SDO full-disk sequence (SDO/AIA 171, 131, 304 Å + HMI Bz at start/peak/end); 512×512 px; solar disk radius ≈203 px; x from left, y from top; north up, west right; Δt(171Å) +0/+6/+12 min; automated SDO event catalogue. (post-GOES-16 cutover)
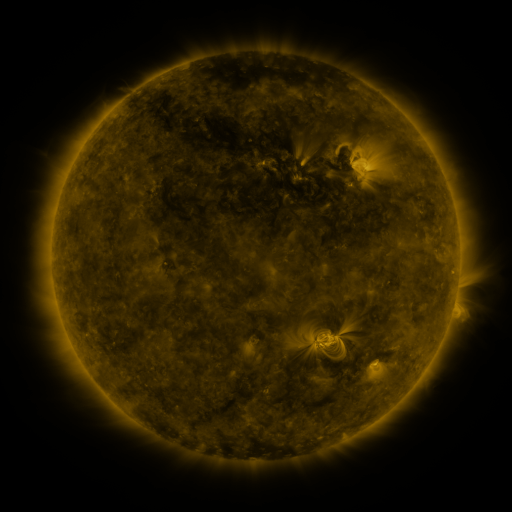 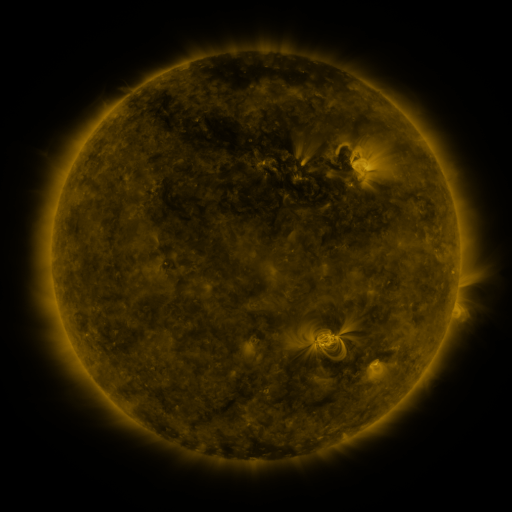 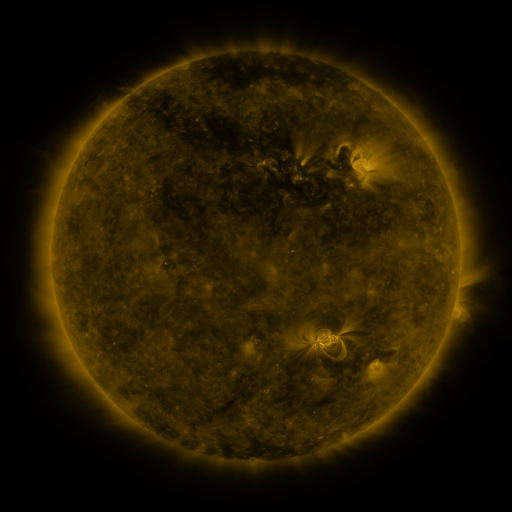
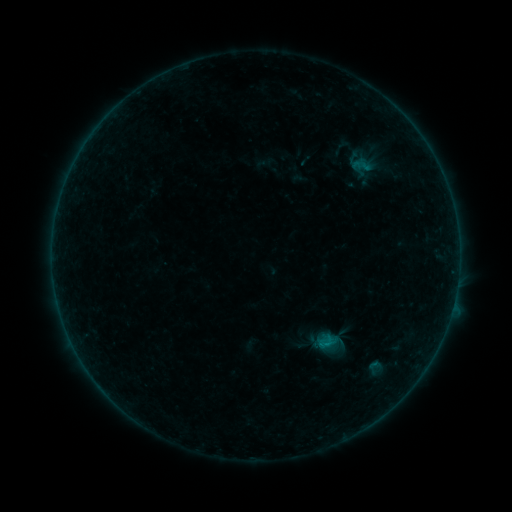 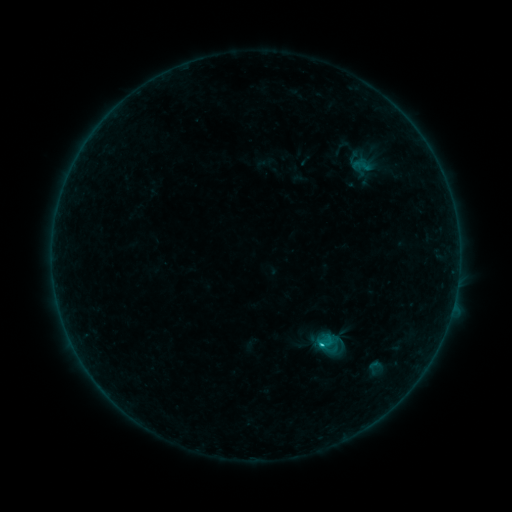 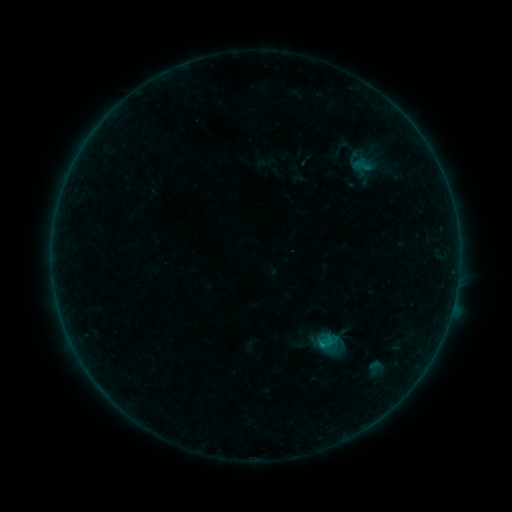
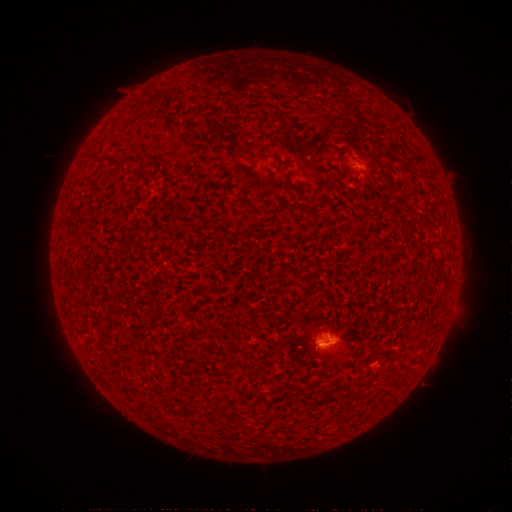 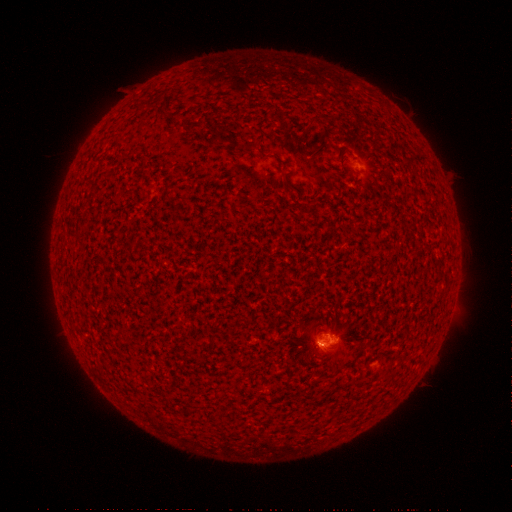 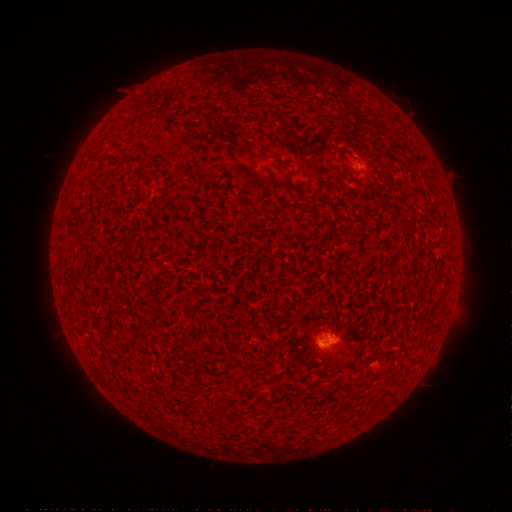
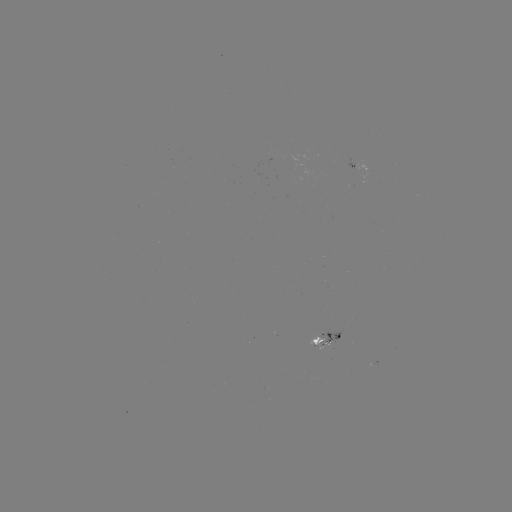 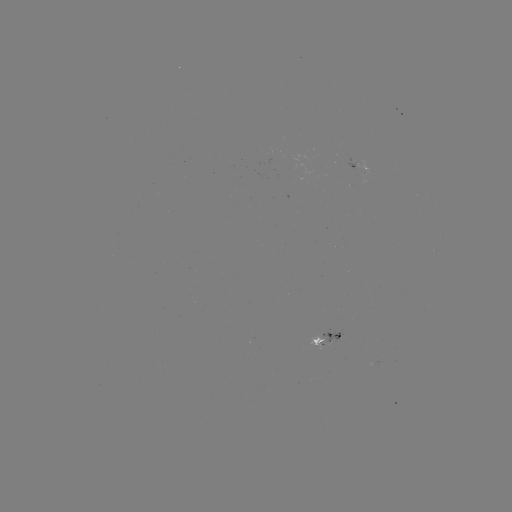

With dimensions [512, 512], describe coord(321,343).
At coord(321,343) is C1.4 flare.